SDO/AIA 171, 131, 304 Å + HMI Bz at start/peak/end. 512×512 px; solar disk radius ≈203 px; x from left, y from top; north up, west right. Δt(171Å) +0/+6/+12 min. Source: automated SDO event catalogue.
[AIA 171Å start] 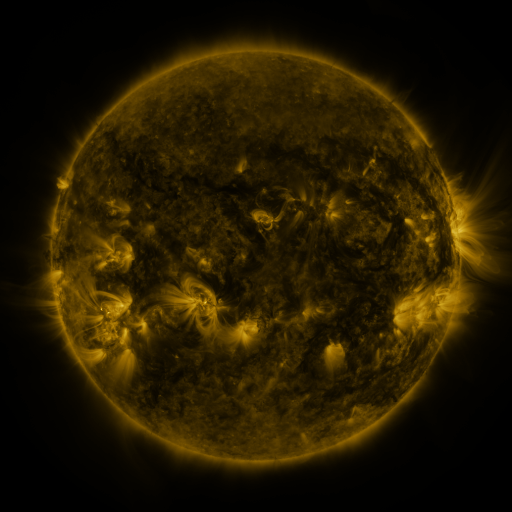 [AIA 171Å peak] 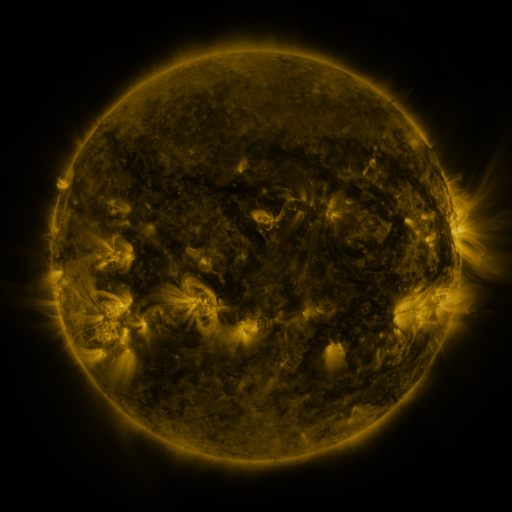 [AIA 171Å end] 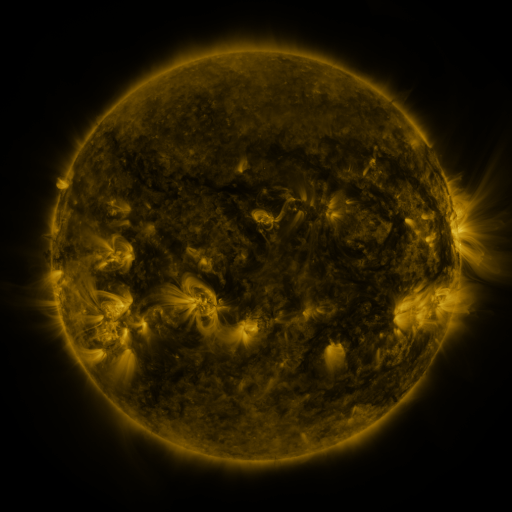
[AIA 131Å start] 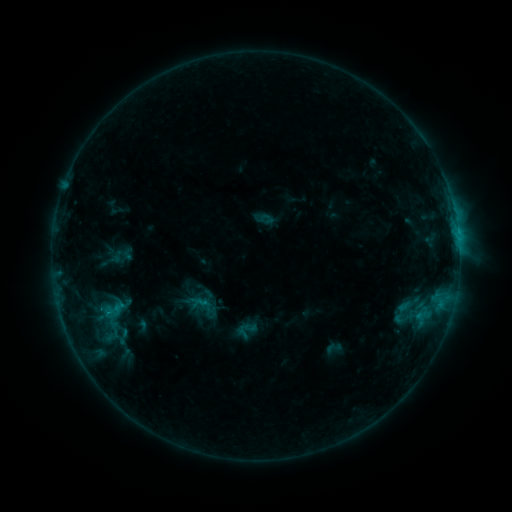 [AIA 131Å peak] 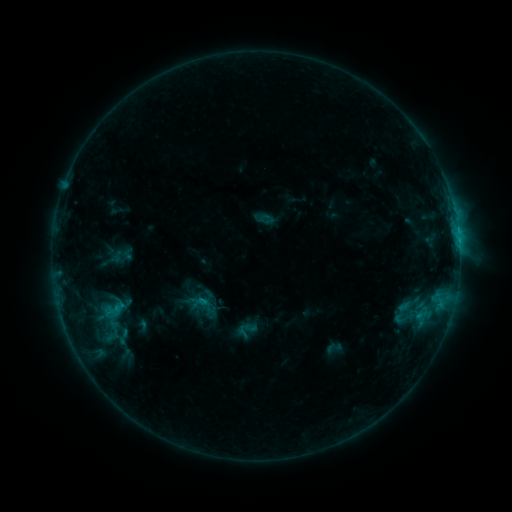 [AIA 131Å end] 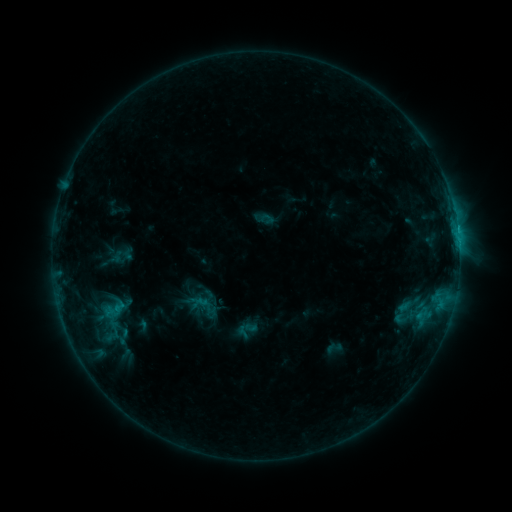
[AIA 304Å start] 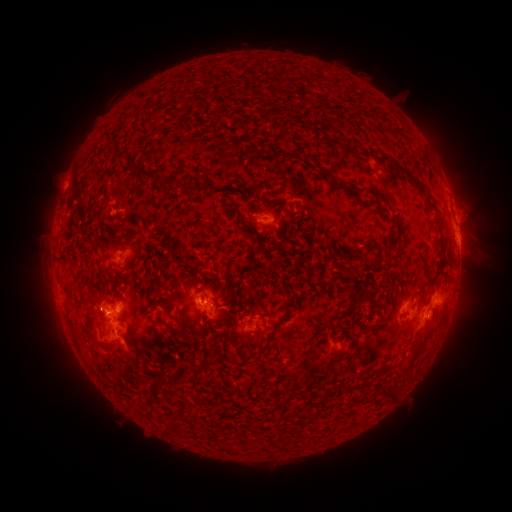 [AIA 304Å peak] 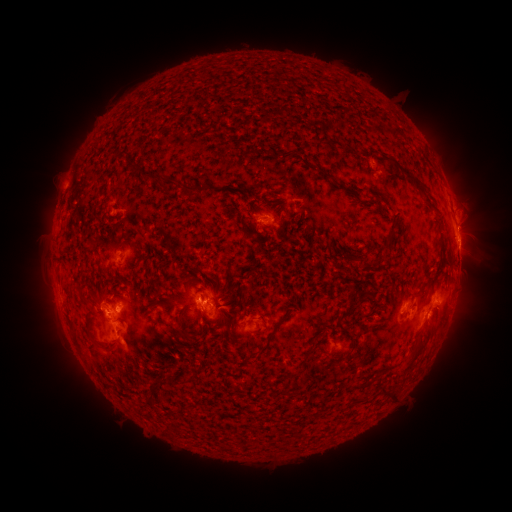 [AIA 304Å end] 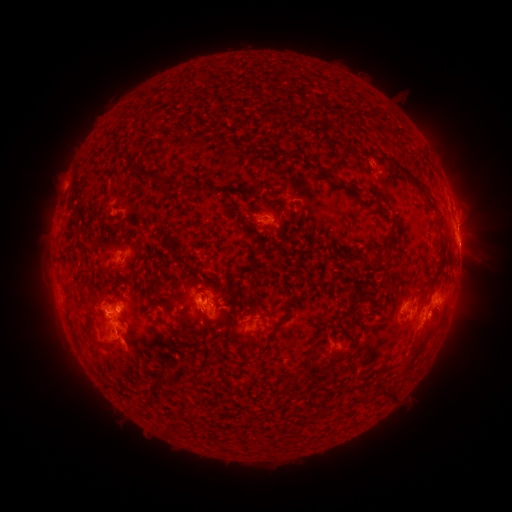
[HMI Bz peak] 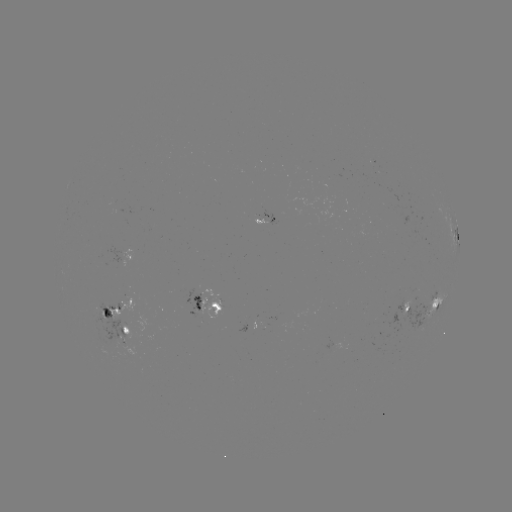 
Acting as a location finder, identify eruption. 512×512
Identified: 469,219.